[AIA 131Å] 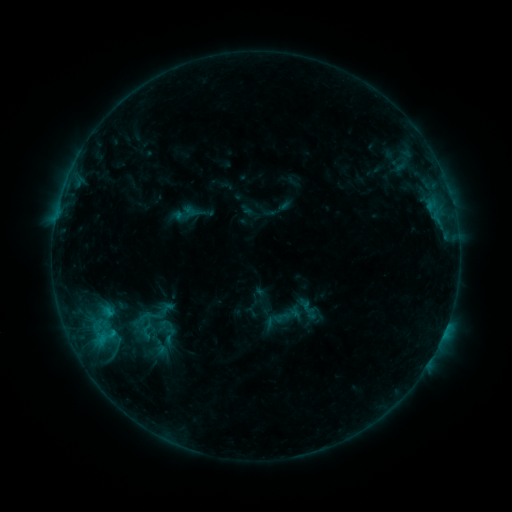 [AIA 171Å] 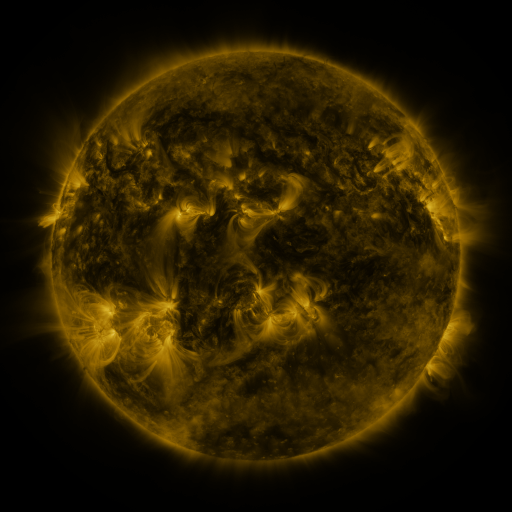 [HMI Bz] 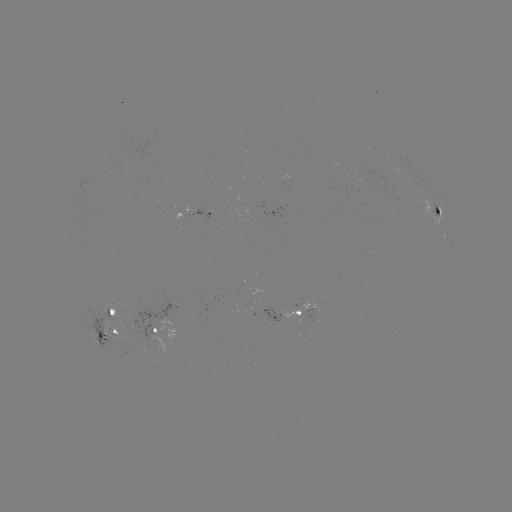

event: sigmoid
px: (169, 336)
